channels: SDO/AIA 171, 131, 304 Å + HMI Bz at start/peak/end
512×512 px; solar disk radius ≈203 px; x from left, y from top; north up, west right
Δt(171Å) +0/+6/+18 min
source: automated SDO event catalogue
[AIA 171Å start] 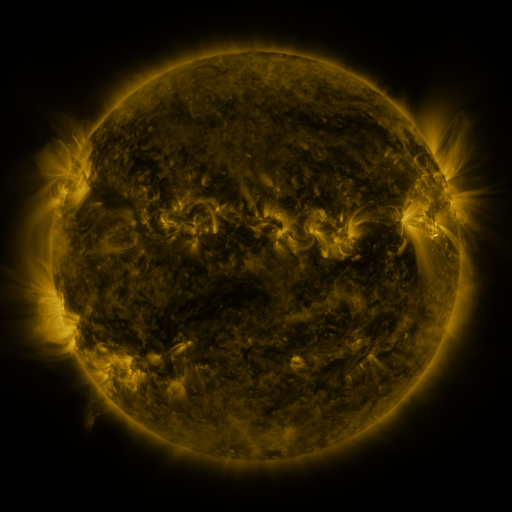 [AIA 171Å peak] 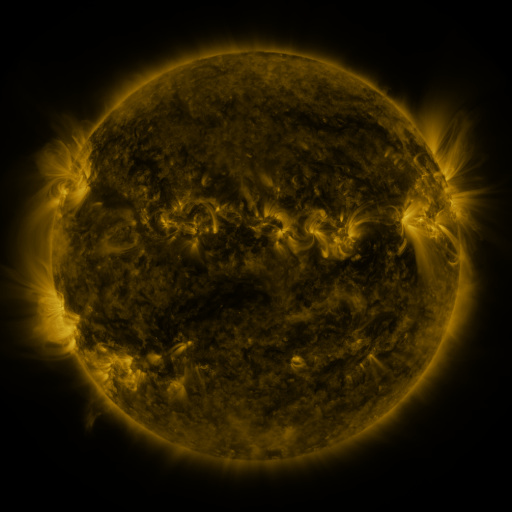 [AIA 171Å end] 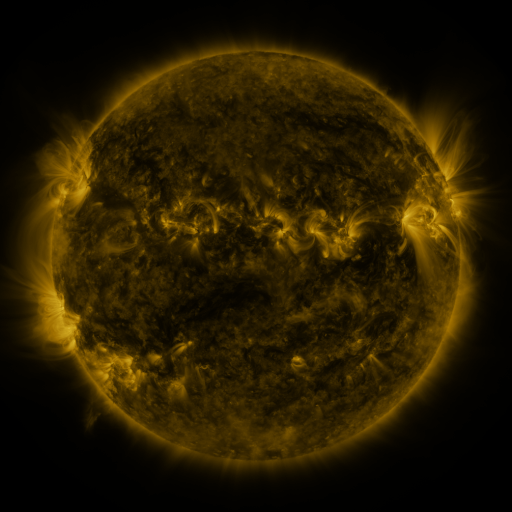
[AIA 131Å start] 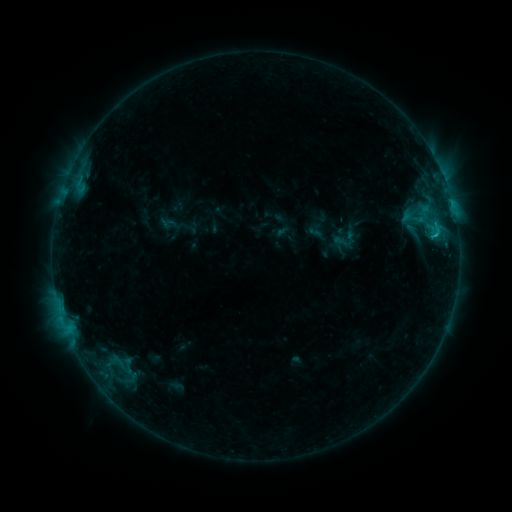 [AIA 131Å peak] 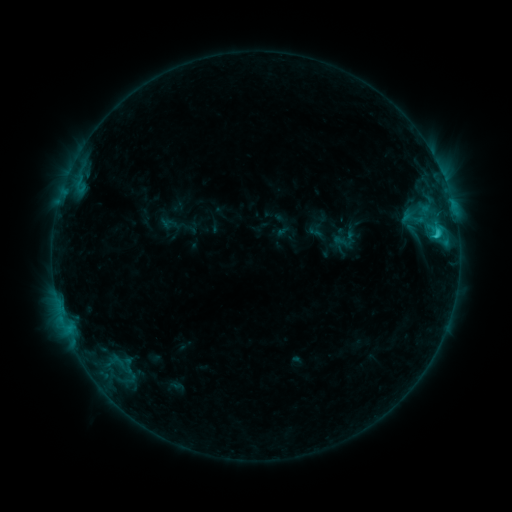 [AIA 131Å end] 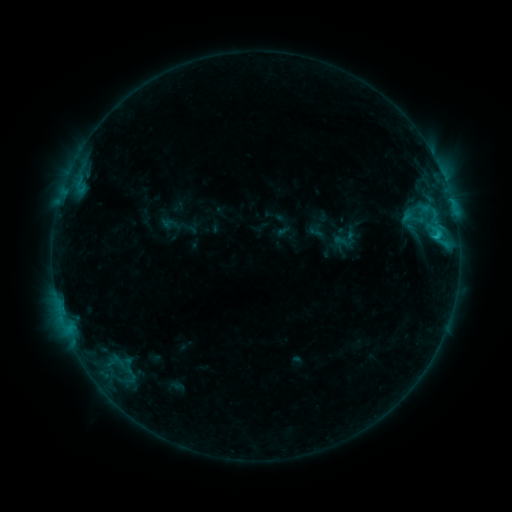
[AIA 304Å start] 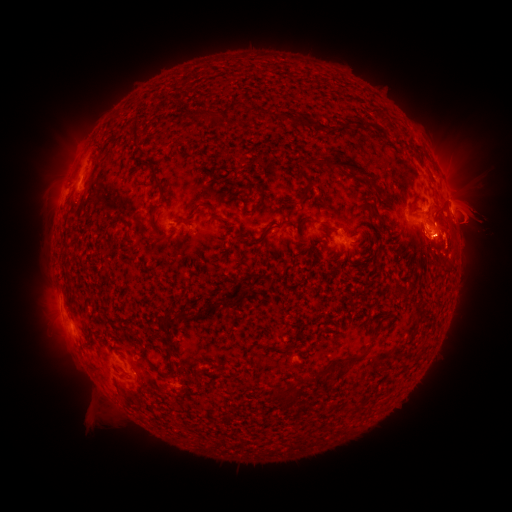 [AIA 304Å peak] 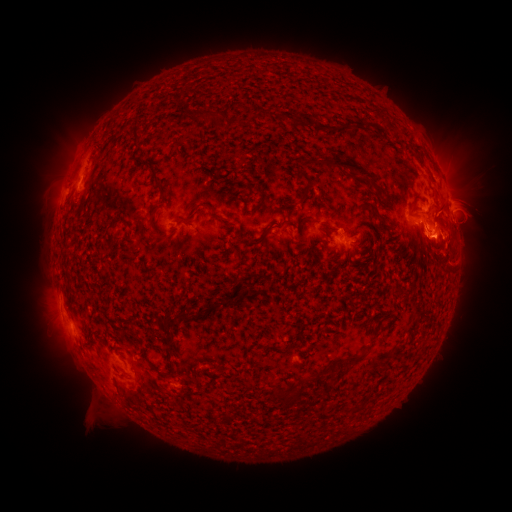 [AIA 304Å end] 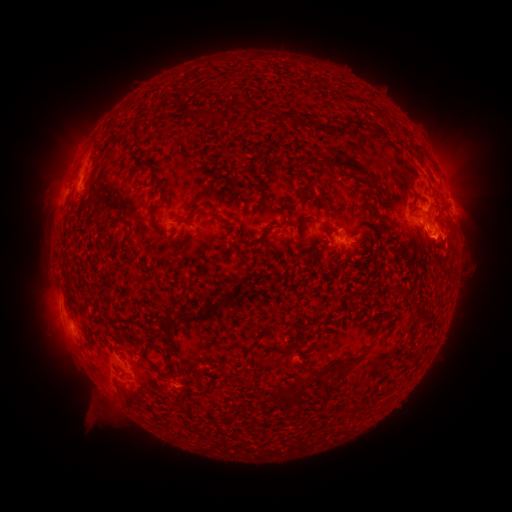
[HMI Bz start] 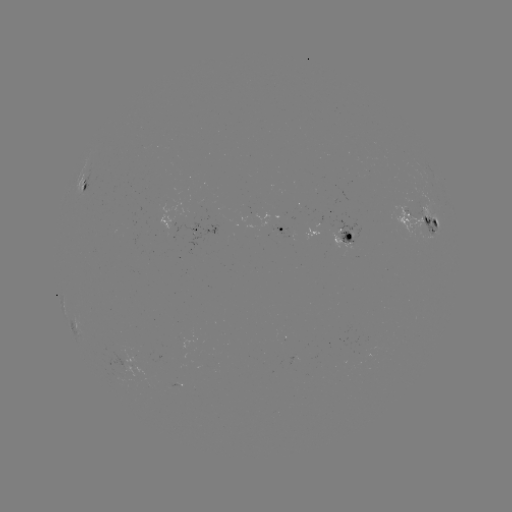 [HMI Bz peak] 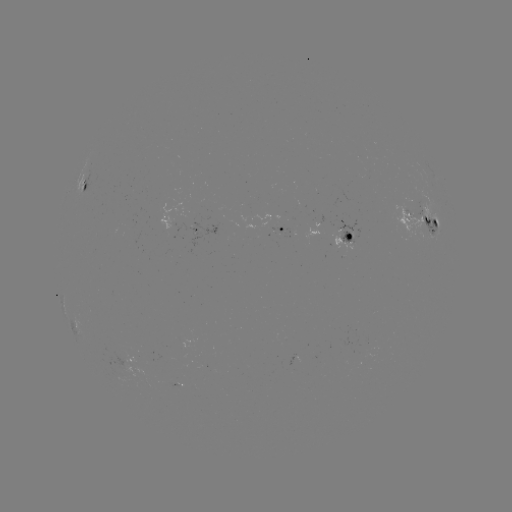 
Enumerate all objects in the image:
C2.1 flare: (435, 238)
